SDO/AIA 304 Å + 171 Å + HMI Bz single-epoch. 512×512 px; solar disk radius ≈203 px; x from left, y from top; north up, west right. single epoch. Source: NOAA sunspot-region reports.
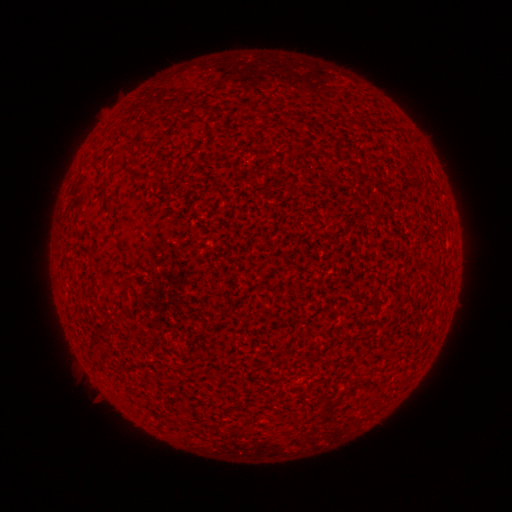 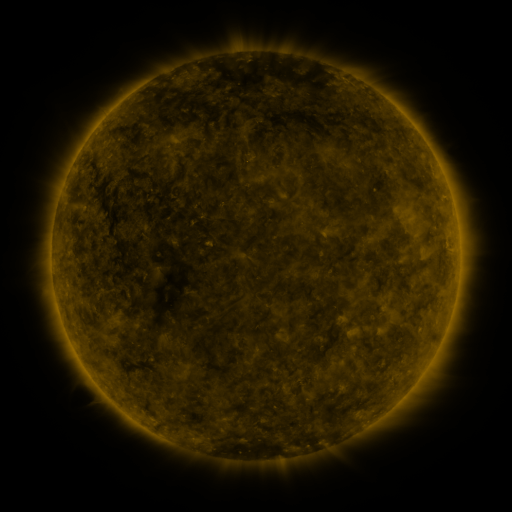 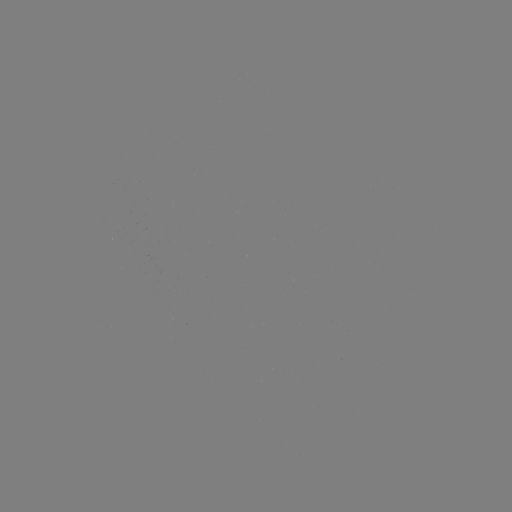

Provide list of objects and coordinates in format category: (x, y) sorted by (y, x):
(none)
